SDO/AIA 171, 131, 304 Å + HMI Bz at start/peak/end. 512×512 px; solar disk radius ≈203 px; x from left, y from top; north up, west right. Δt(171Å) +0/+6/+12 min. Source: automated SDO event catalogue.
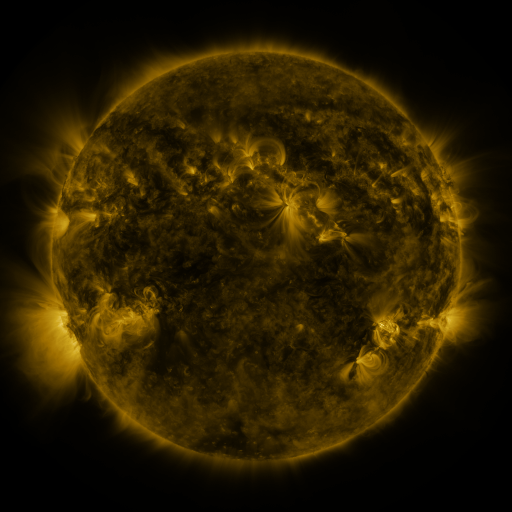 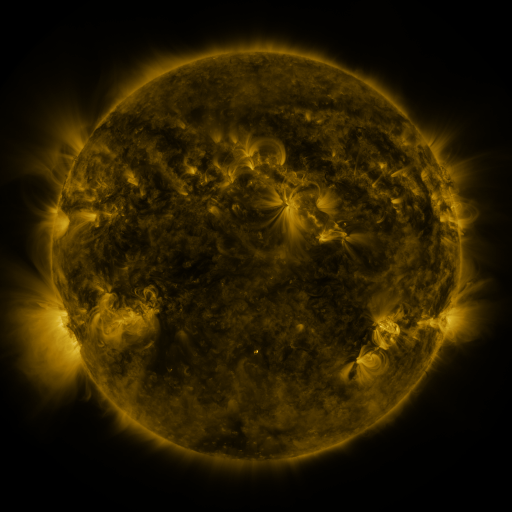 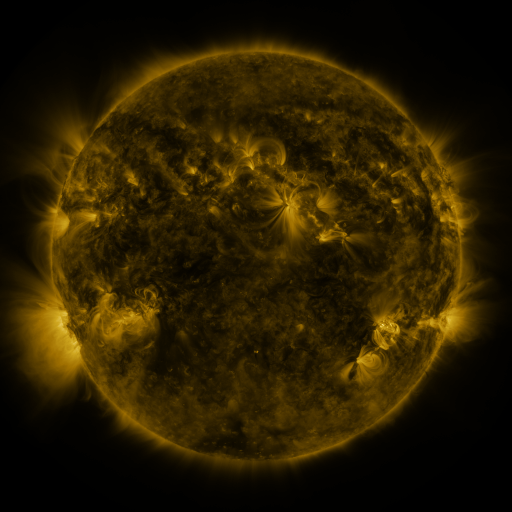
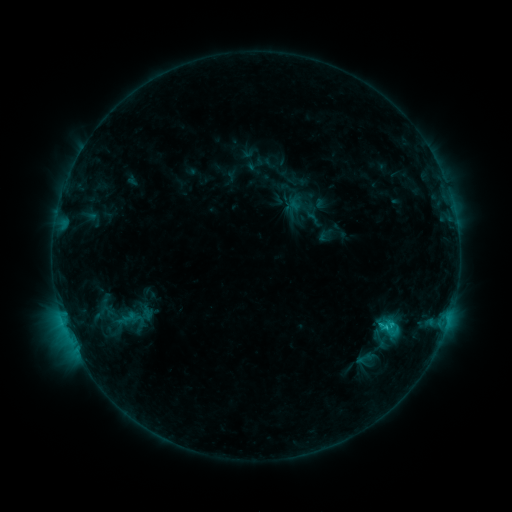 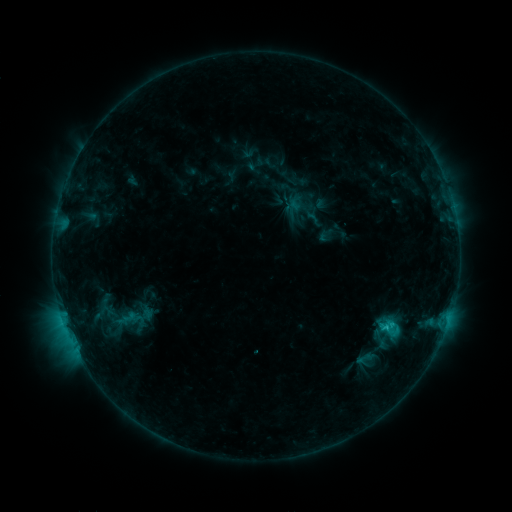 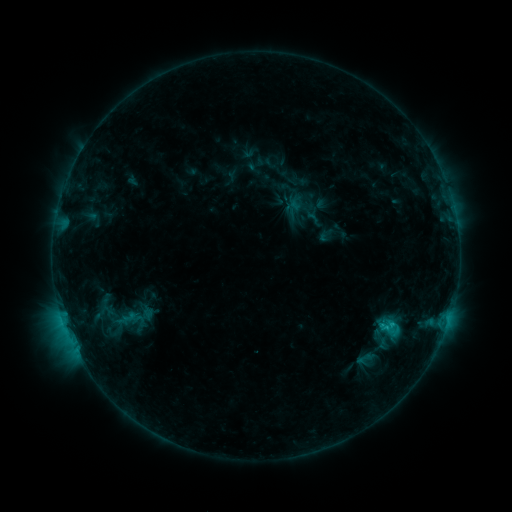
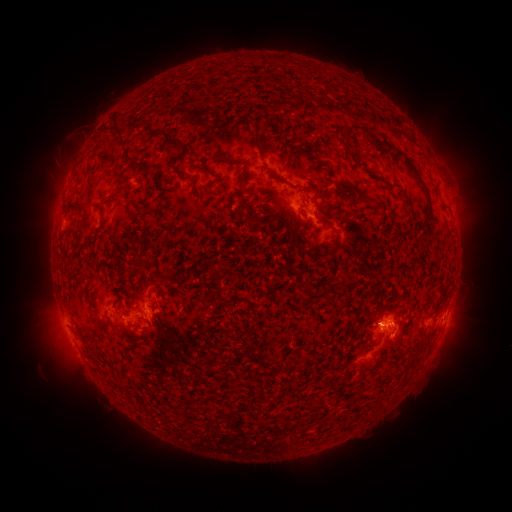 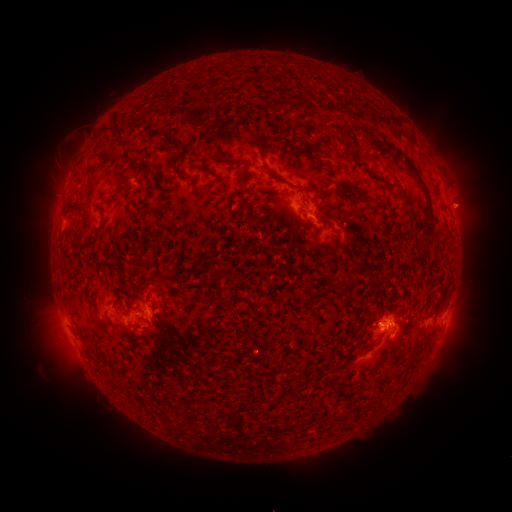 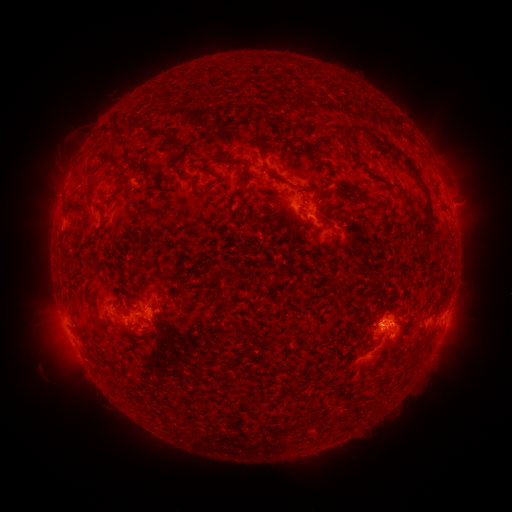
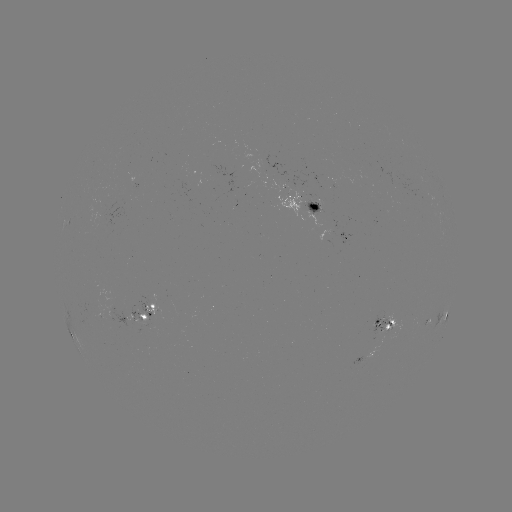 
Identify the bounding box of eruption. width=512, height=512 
[442, 180, 491, 228].